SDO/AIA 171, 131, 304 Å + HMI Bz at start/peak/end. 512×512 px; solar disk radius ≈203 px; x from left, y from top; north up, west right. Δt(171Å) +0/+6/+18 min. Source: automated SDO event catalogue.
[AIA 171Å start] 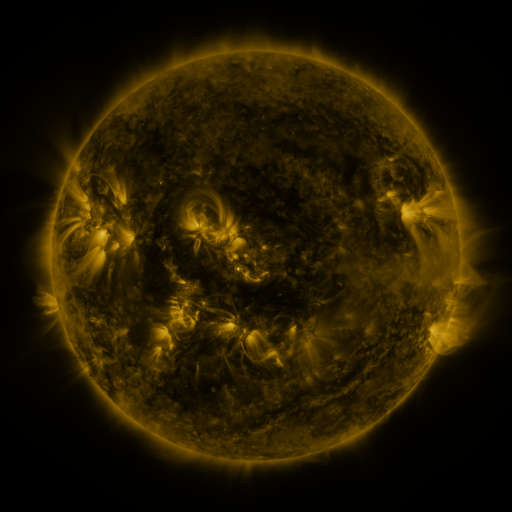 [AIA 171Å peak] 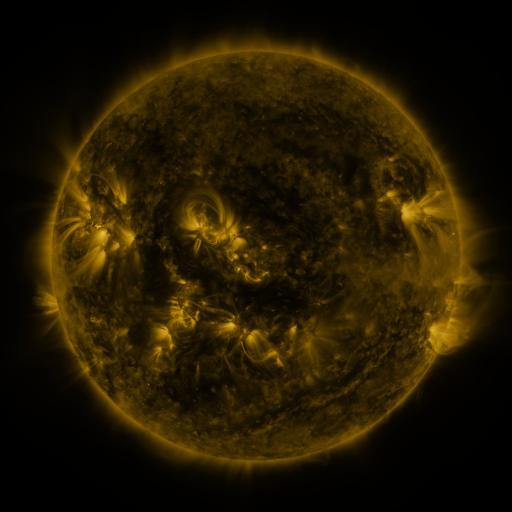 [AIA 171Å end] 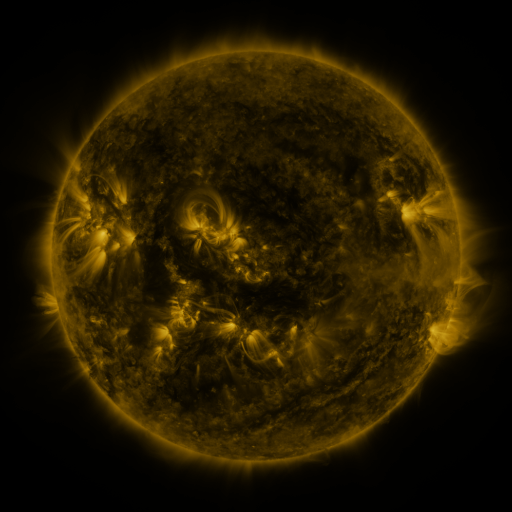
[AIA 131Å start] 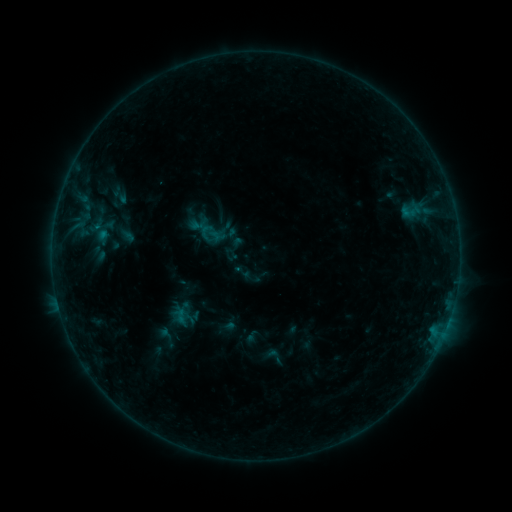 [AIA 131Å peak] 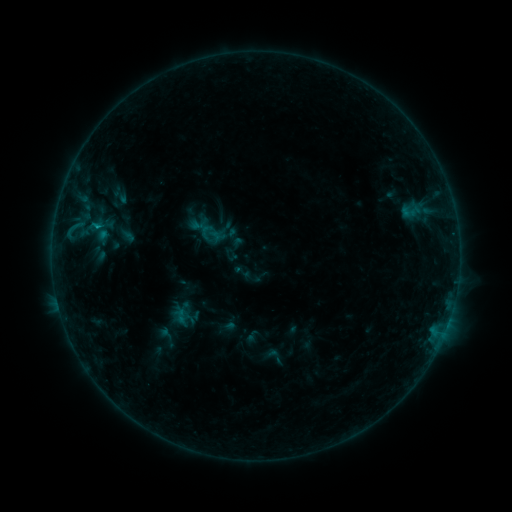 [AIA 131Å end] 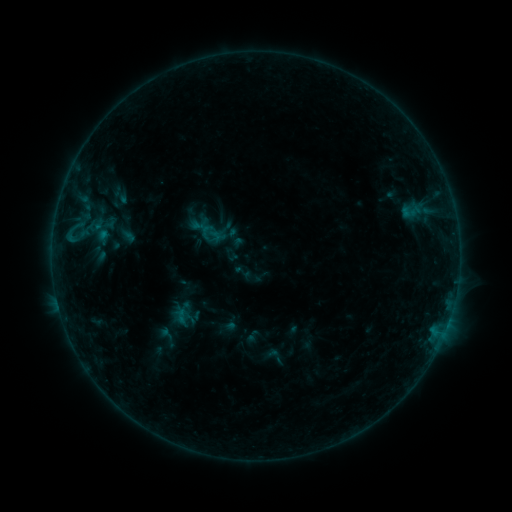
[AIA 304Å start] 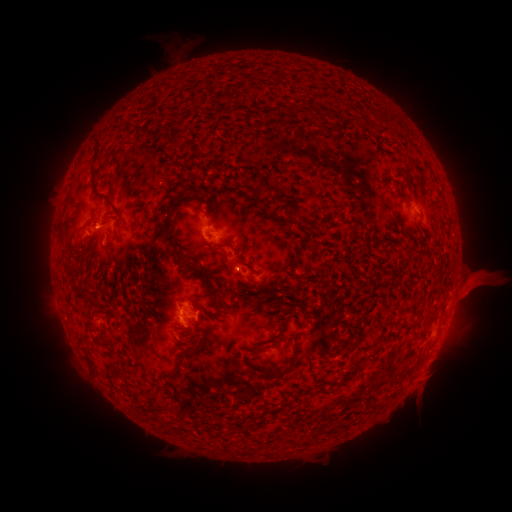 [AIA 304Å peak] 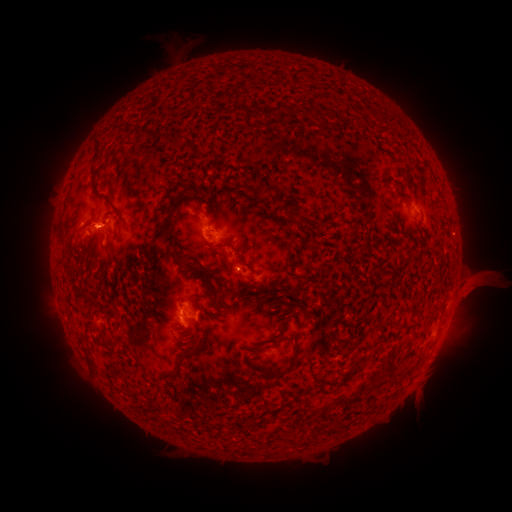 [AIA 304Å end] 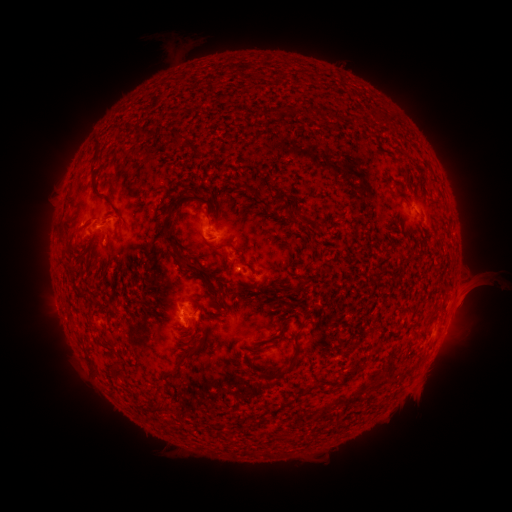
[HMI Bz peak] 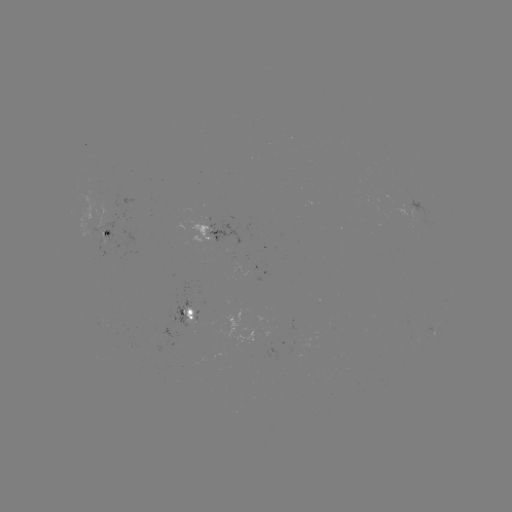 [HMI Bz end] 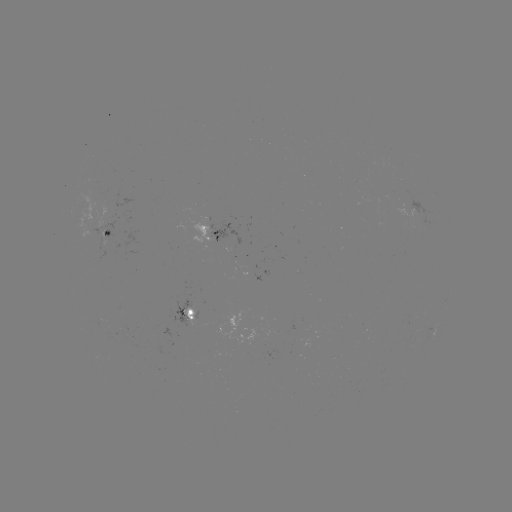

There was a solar flare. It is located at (98, 229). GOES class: B5.8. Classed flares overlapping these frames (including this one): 1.